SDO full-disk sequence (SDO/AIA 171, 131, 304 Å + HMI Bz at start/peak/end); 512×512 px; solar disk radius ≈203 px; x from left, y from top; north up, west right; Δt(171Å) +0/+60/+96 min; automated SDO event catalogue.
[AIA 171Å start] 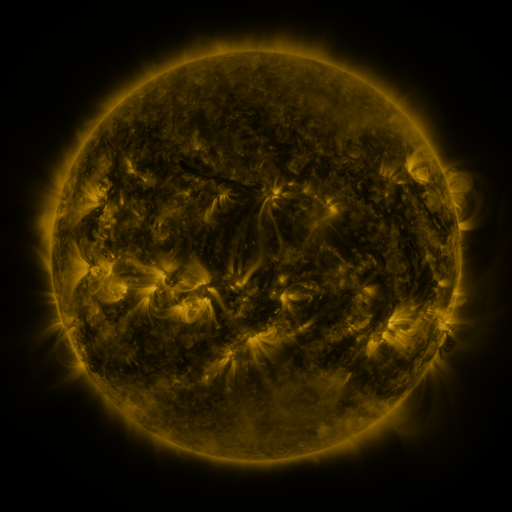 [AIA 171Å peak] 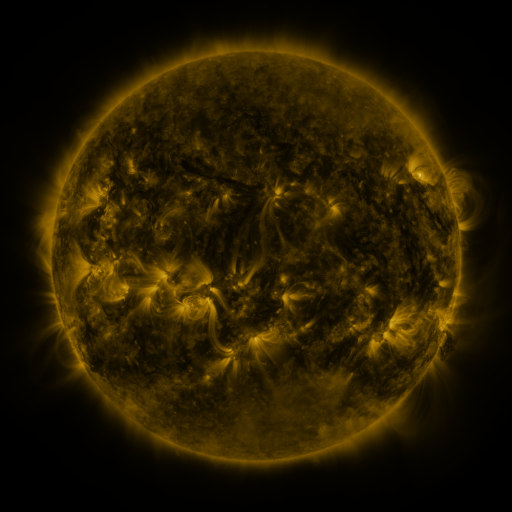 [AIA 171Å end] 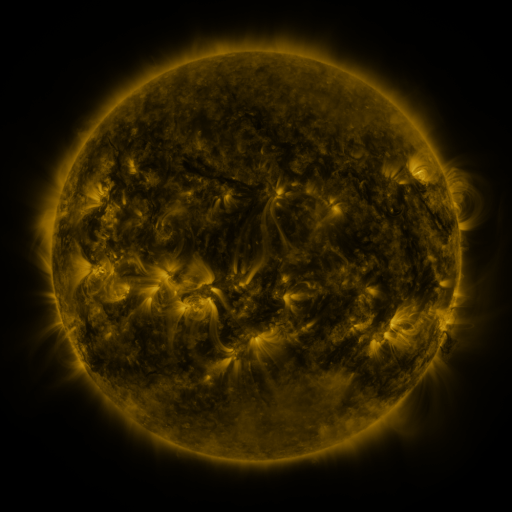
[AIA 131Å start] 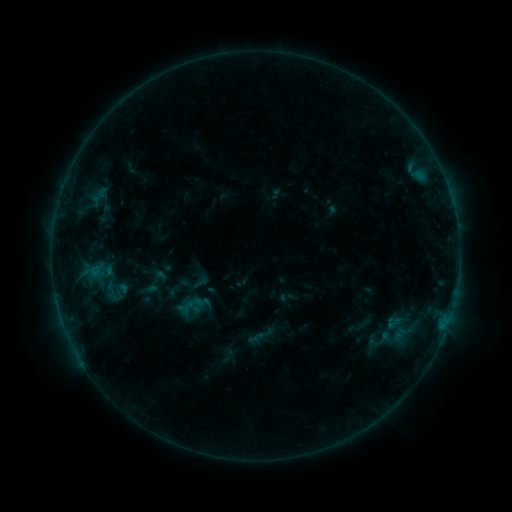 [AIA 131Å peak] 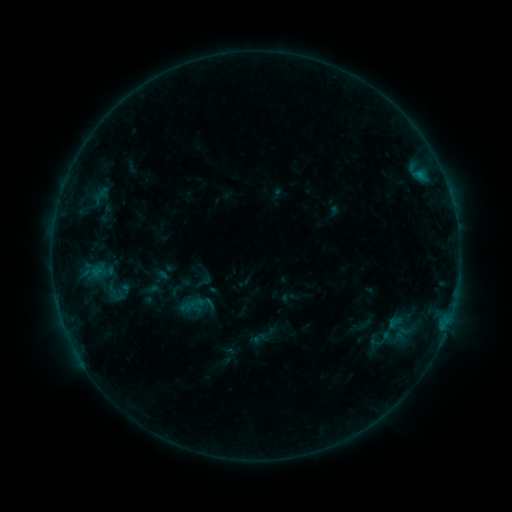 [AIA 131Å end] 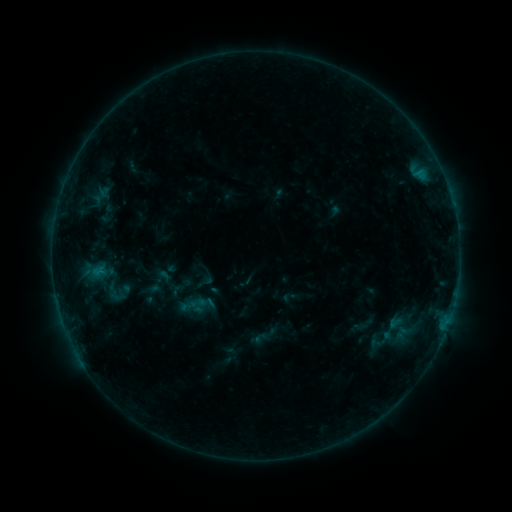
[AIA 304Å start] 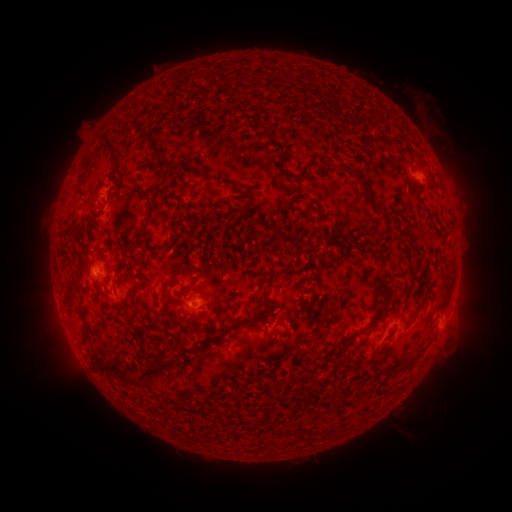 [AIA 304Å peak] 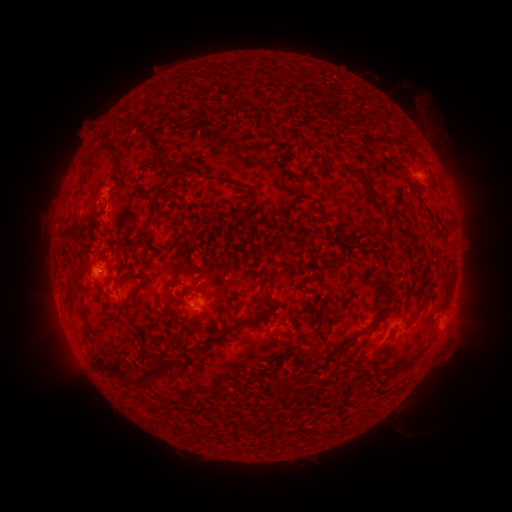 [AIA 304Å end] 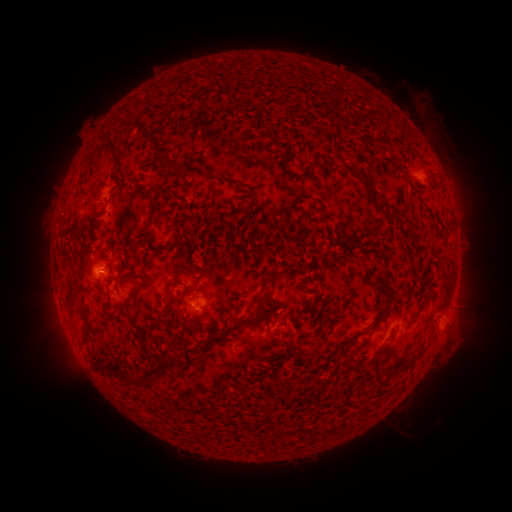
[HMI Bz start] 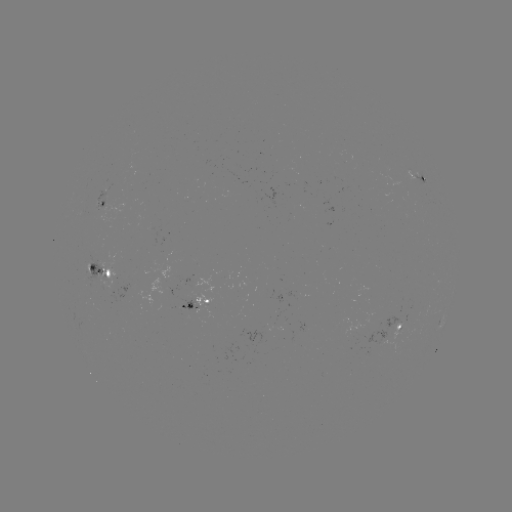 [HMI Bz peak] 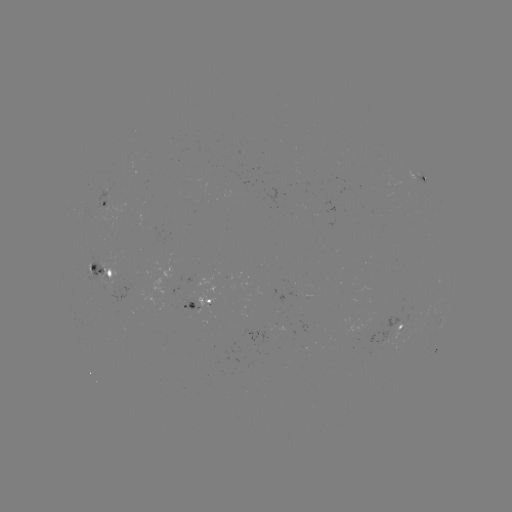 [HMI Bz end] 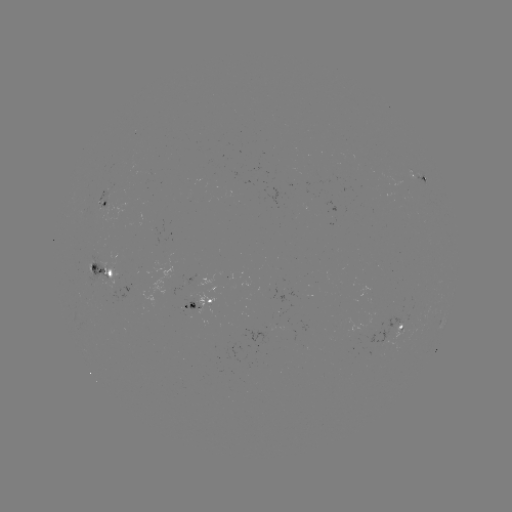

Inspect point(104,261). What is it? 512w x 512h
emerging-flux region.